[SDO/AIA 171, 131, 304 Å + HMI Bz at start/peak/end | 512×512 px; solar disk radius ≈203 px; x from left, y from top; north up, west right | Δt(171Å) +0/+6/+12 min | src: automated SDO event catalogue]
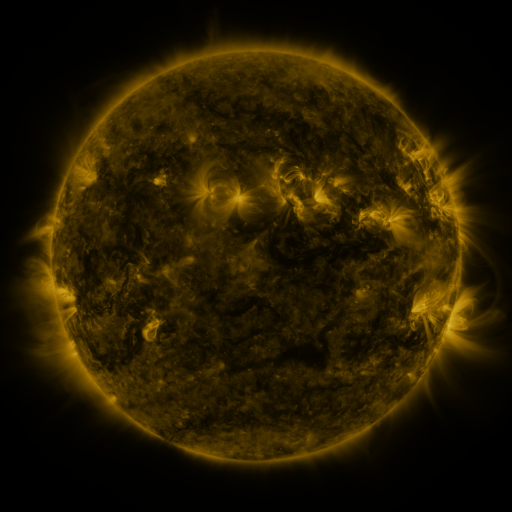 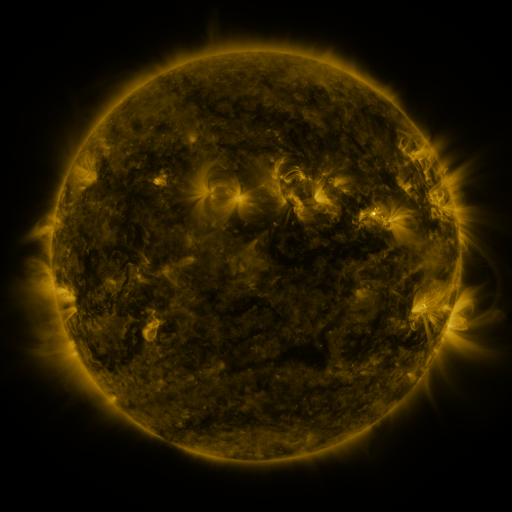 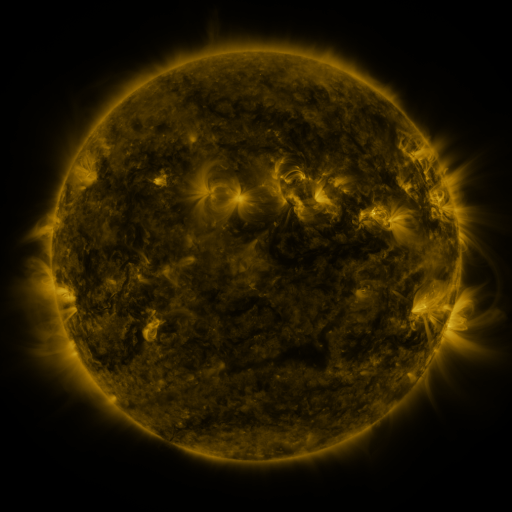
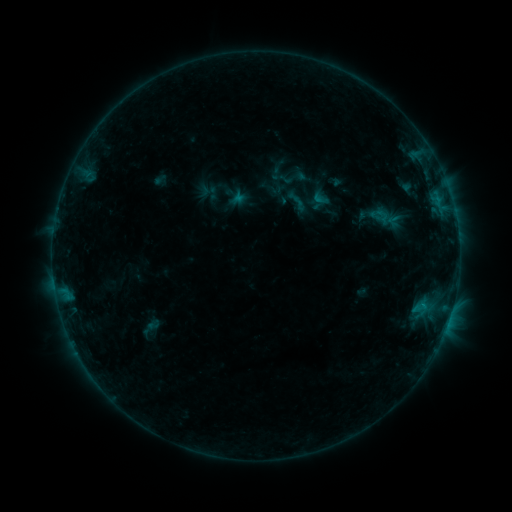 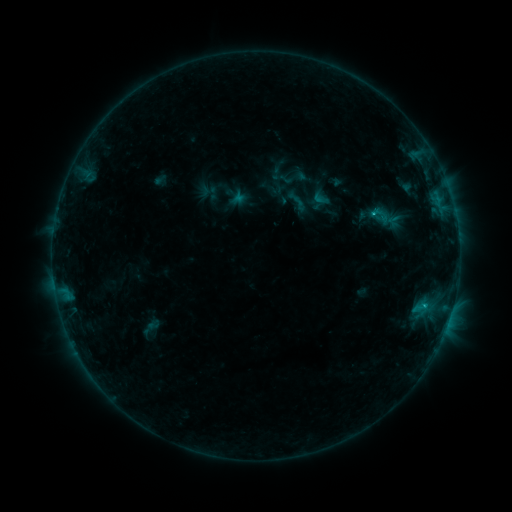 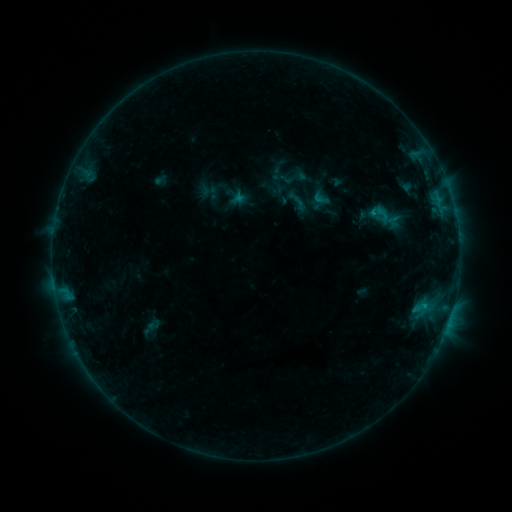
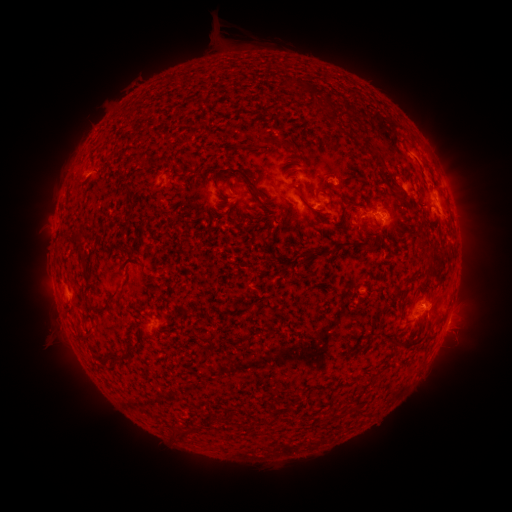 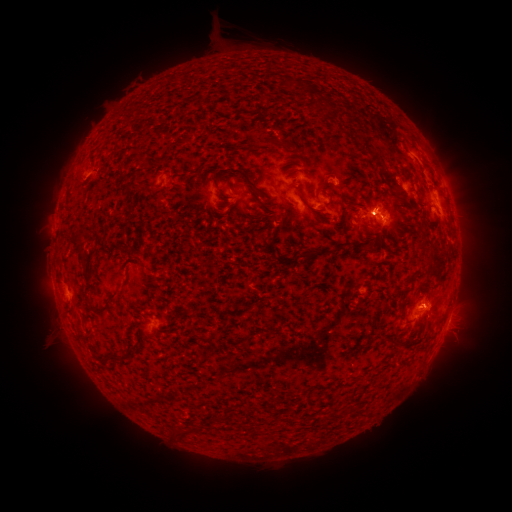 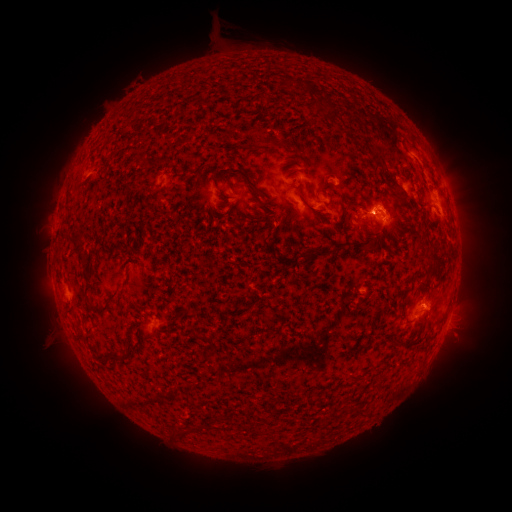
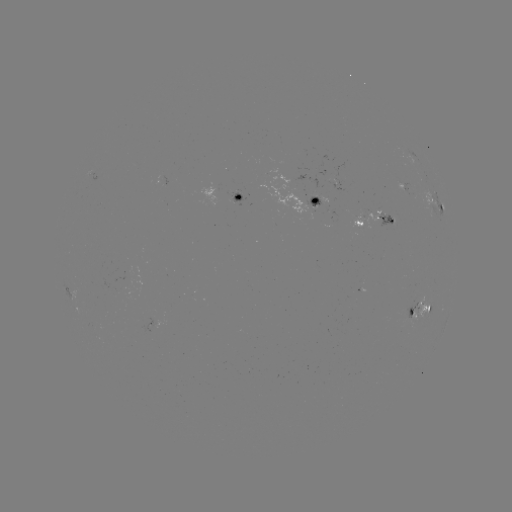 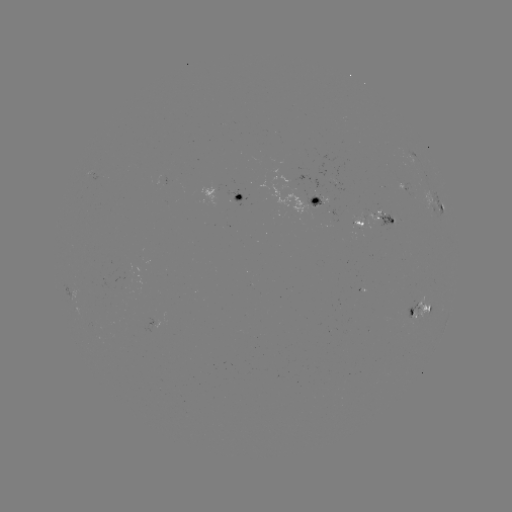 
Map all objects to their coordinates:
eruption: (381, 200)
